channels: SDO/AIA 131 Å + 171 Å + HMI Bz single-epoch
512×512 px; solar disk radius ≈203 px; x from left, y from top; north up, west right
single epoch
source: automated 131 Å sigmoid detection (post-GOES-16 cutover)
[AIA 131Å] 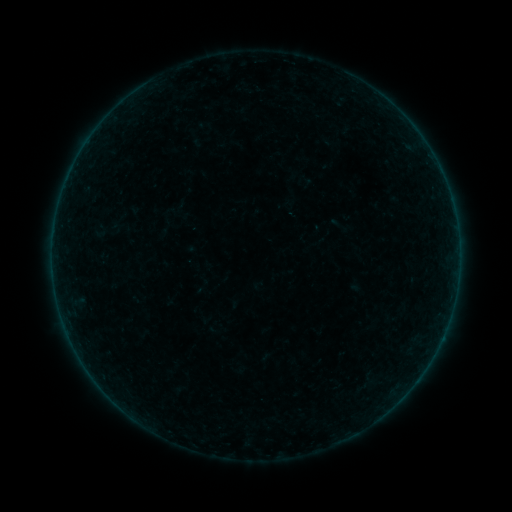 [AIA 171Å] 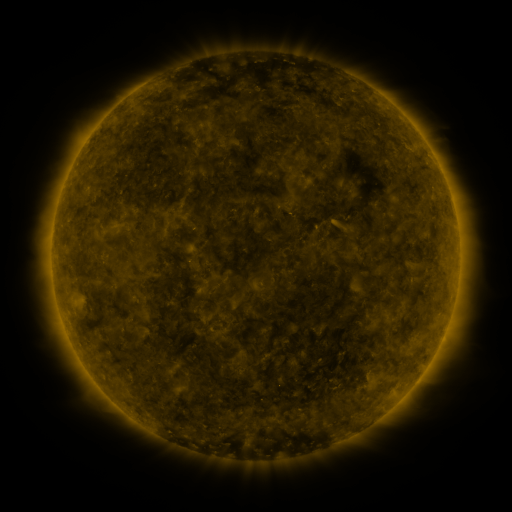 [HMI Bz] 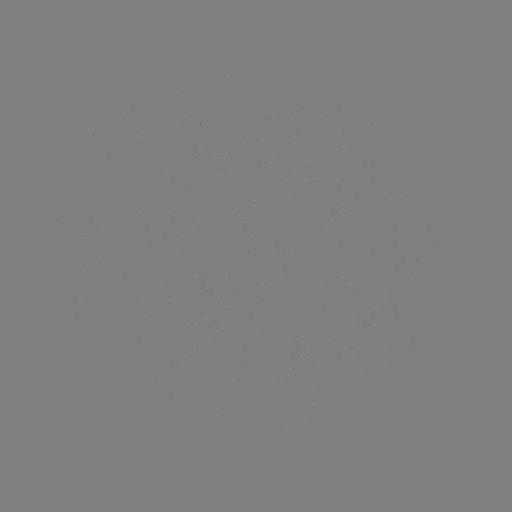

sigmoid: (205, 321, 224, 337)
